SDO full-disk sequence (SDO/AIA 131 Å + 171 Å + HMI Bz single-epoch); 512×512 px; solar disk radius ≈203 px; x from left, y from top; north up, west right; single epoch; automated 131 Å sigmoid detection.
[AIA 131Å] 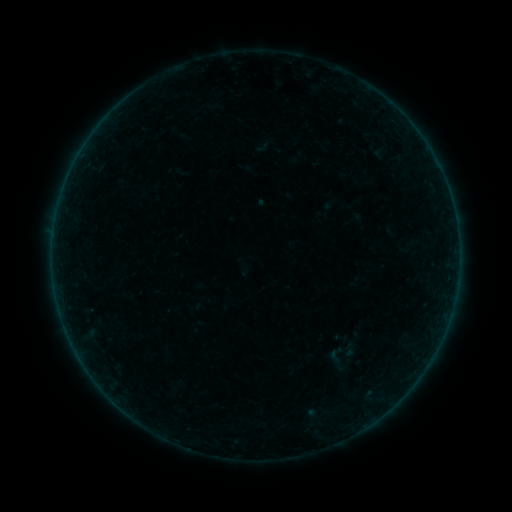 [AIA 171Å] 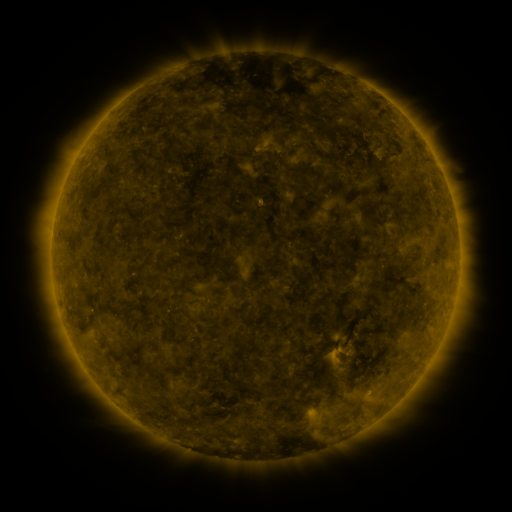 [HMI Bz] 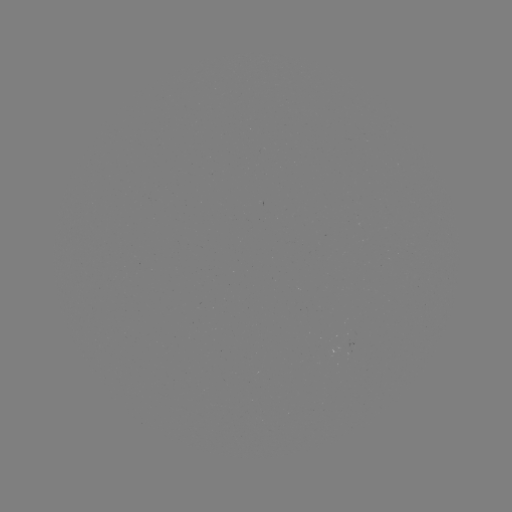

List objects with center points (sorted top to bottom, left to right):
sigmoid: <bbox>341, 342, 357, 358</bbox>
sigmoid: <bbox>326, 348, 344, 366</bbox>
